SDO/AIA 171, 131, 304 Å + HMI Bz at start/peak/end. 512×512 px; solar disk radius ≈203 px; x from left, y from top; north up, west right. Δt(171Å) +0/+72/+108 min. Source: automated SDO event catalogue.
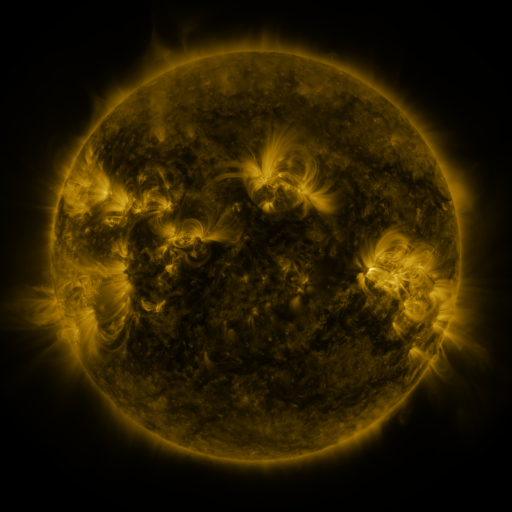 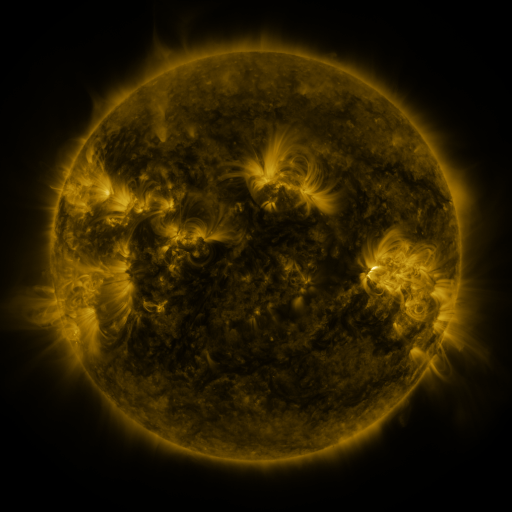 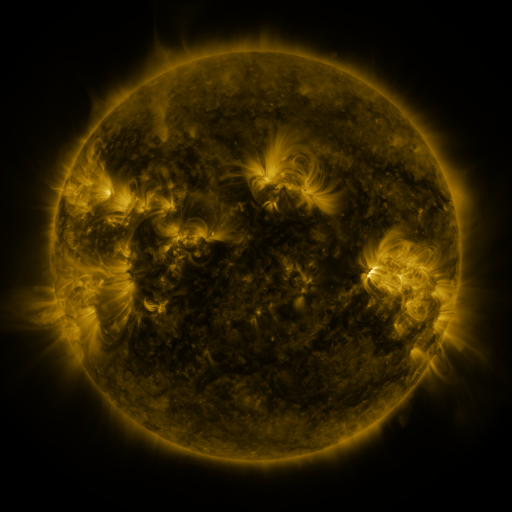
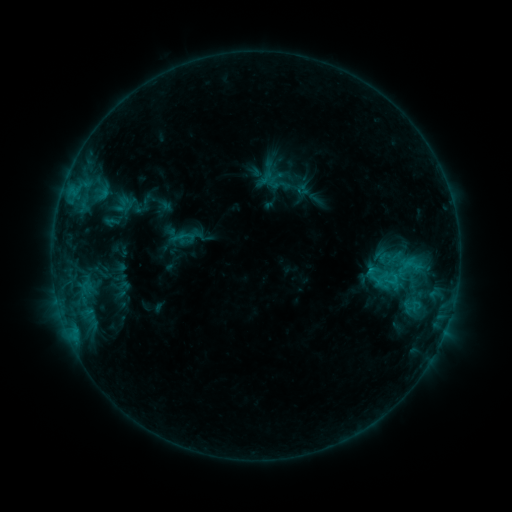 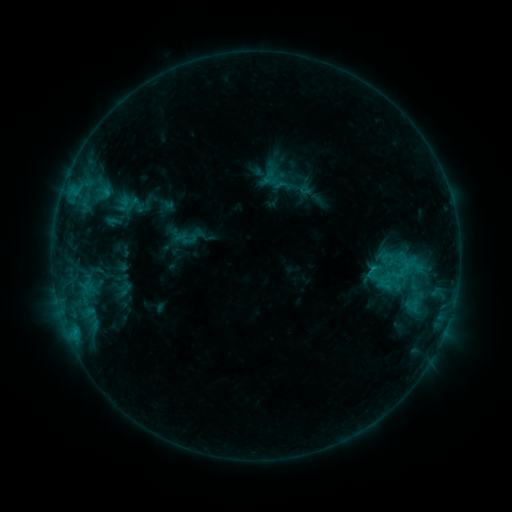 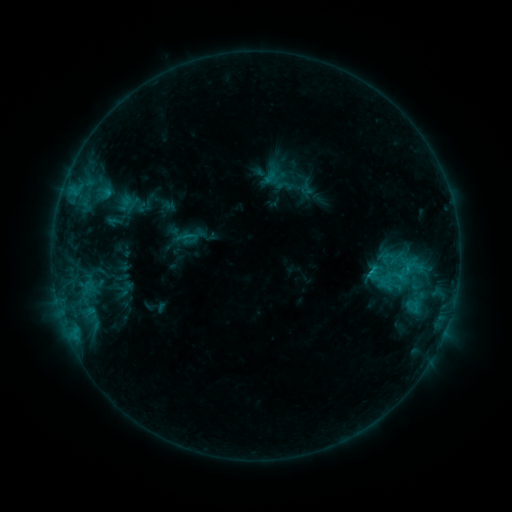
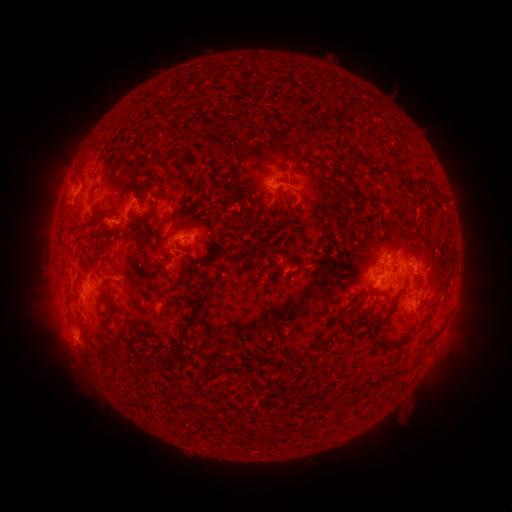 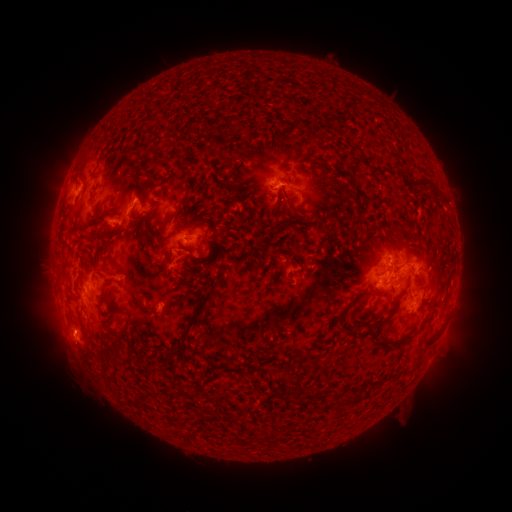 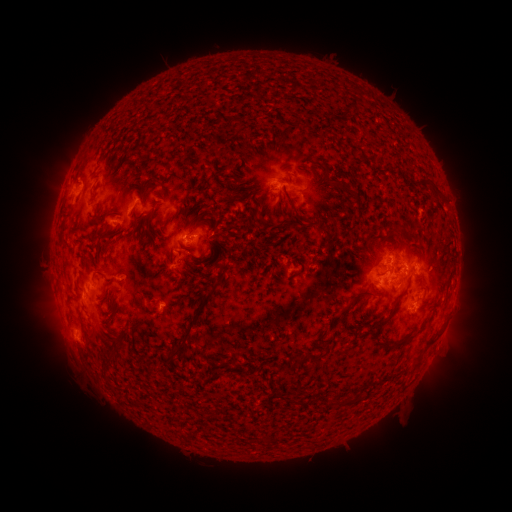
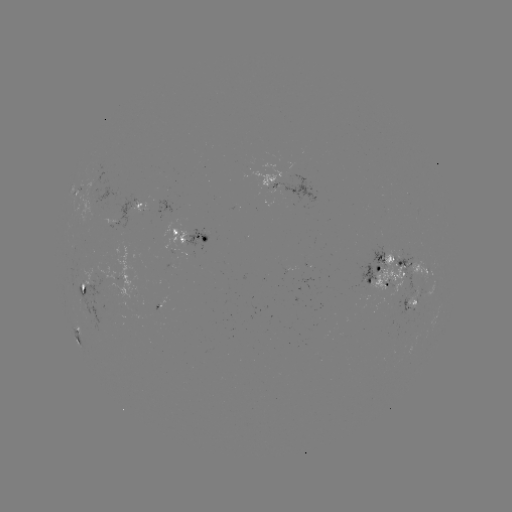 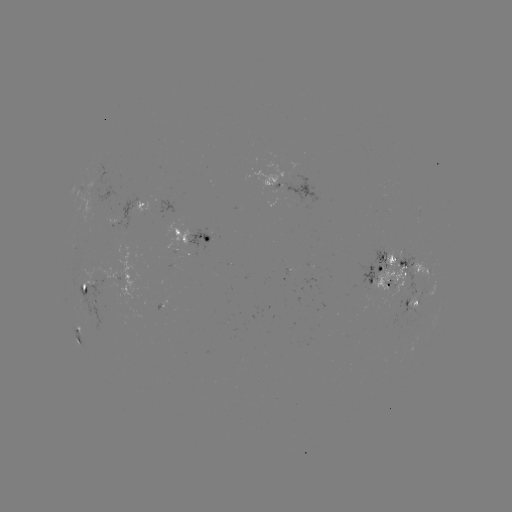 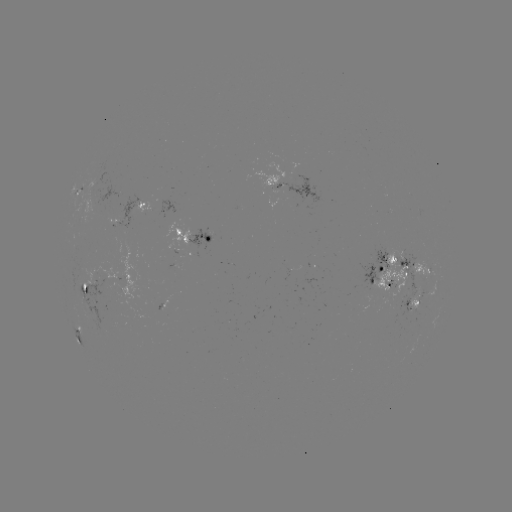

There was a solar emerging-flux region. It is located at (422, 277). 